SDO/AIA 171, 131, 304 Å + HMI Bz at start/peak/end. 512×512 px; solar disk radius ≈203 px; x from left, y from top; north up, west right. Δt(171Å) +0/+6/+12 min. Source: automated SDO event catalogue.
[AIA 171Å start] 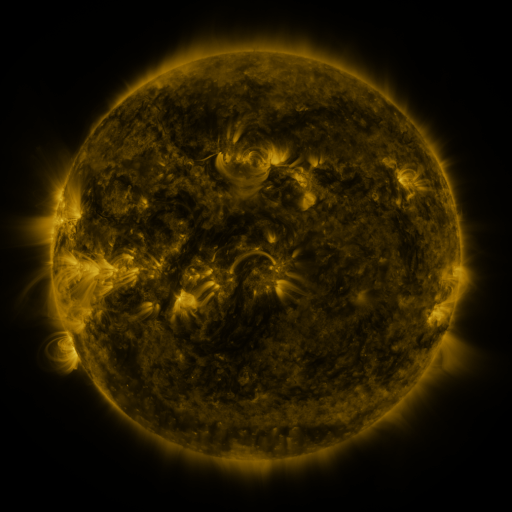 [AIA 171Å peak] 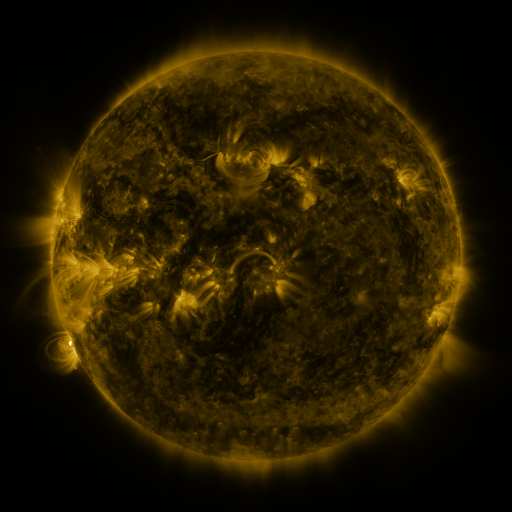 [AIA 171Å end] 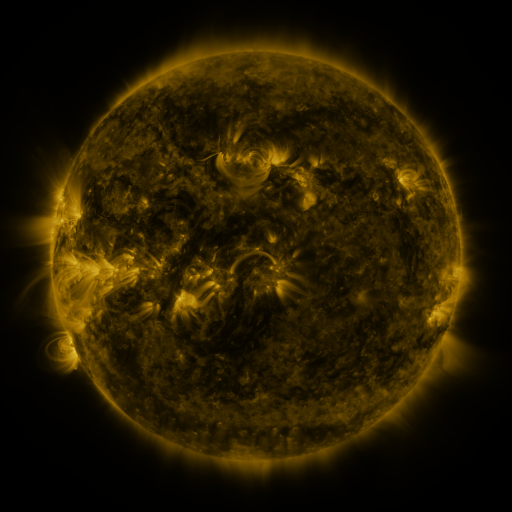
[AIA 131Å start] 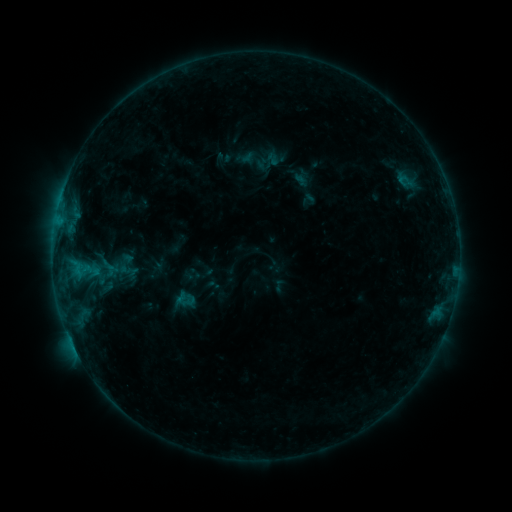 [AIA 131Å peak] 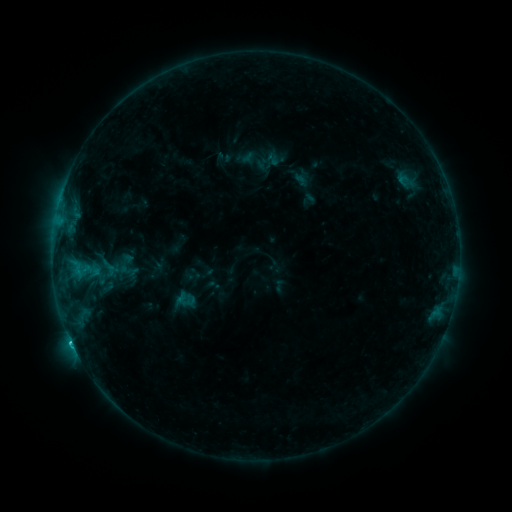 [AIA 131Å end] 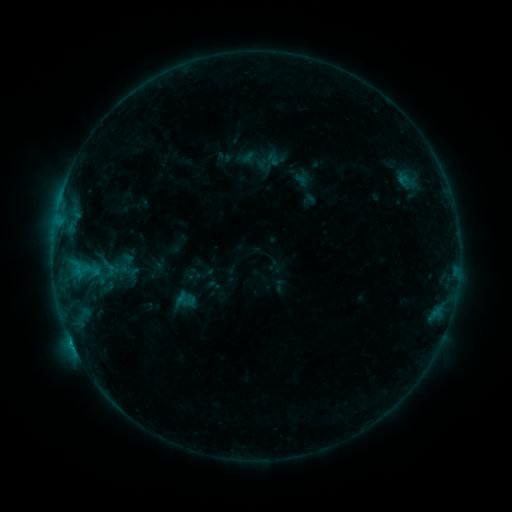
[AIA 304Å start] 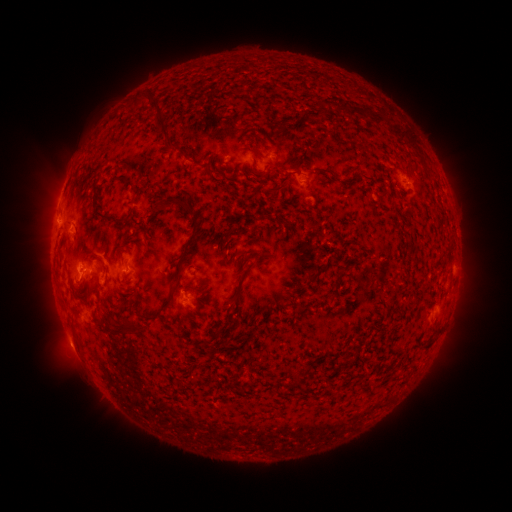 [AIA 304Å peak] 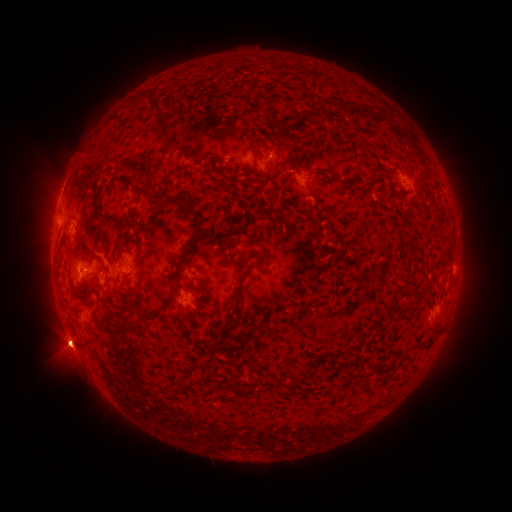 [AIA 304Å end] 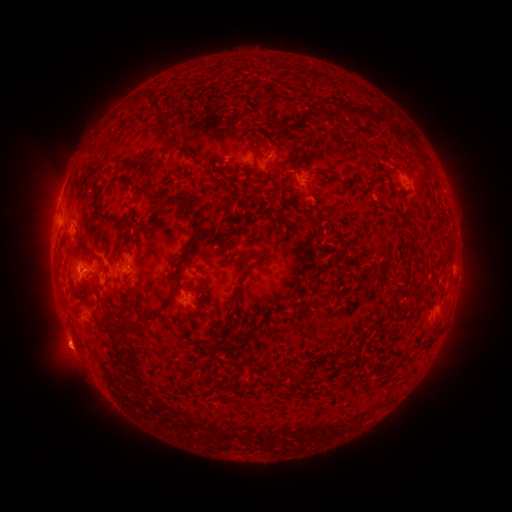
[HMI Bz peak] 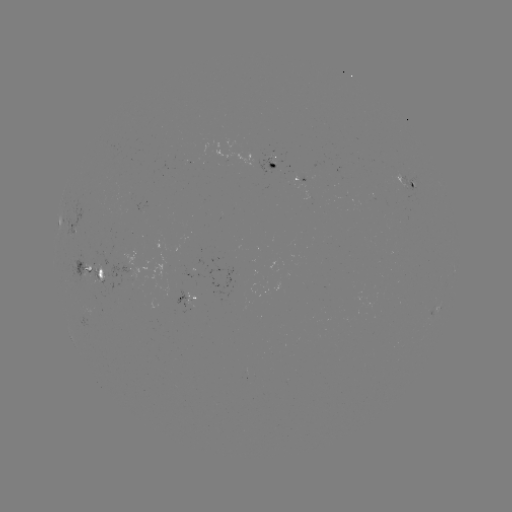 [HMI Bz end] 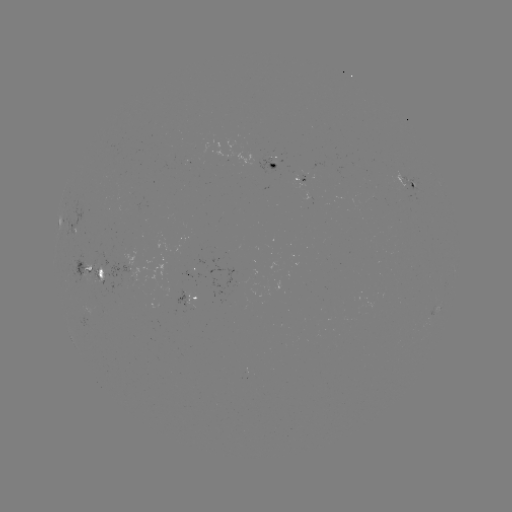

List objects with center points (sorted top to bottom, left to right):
eruption: (69, 347)
